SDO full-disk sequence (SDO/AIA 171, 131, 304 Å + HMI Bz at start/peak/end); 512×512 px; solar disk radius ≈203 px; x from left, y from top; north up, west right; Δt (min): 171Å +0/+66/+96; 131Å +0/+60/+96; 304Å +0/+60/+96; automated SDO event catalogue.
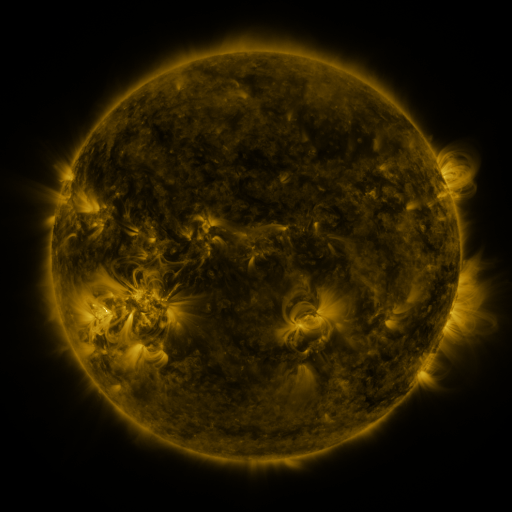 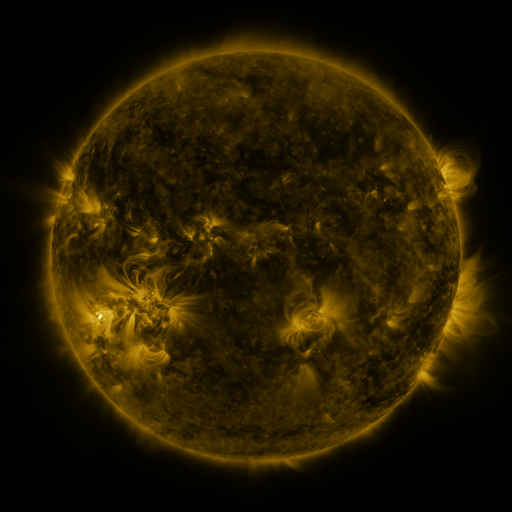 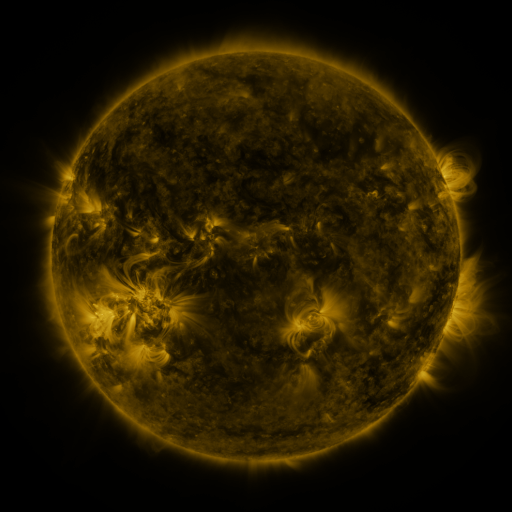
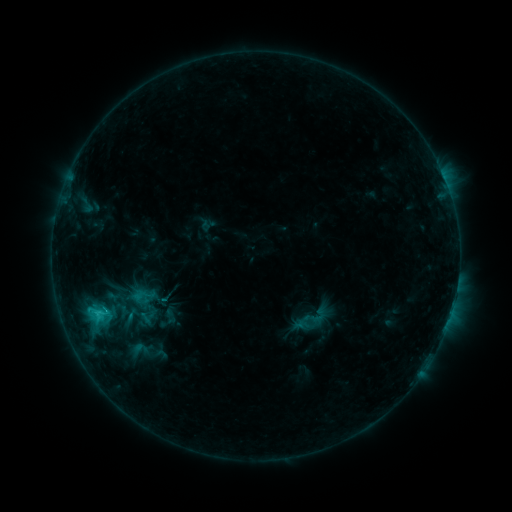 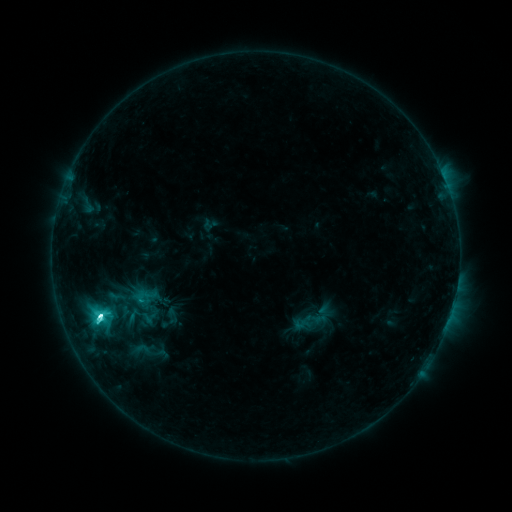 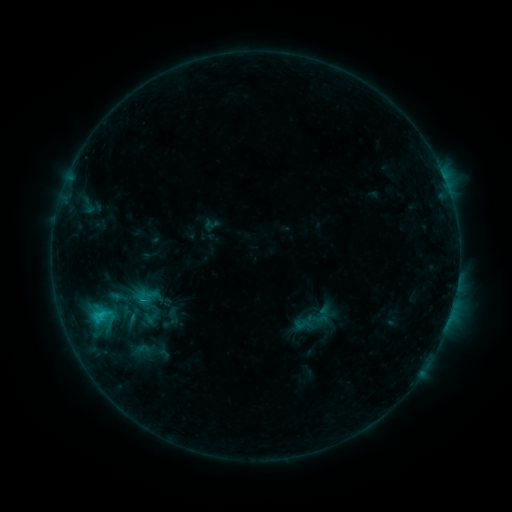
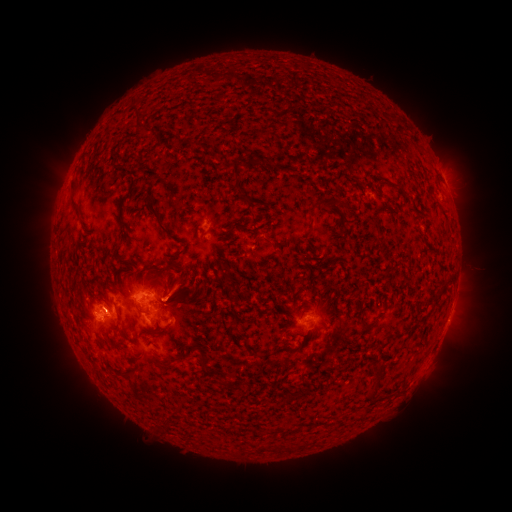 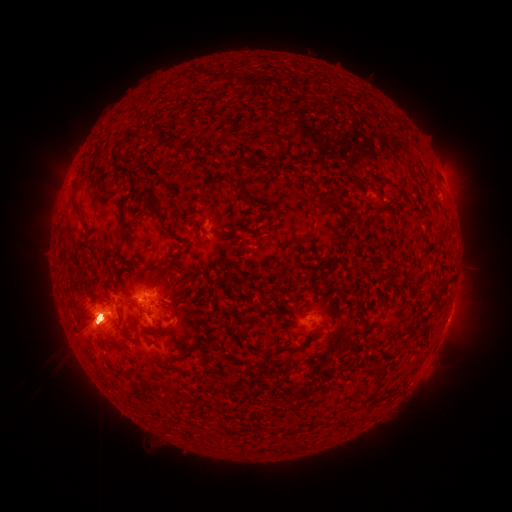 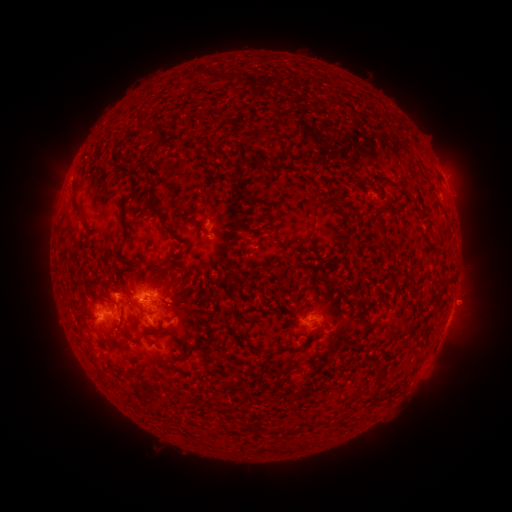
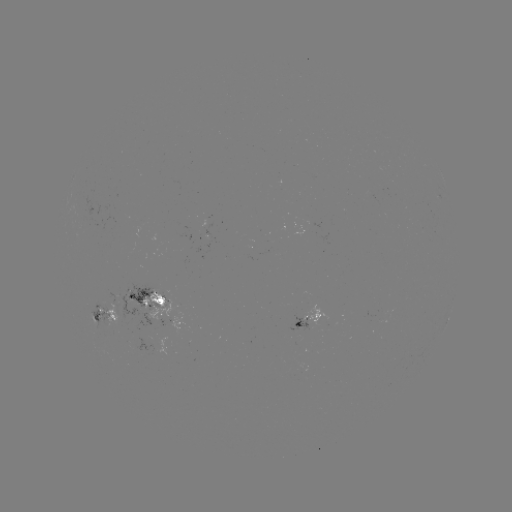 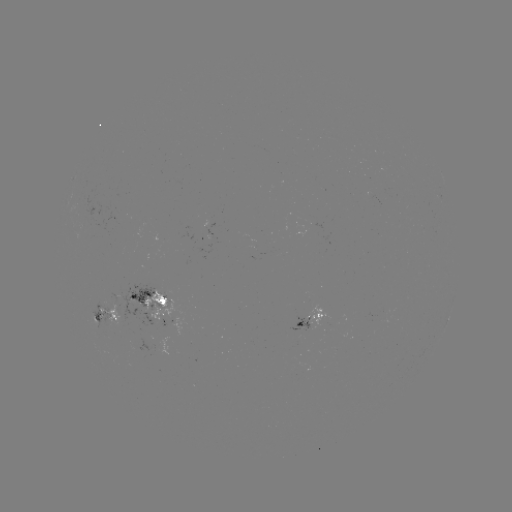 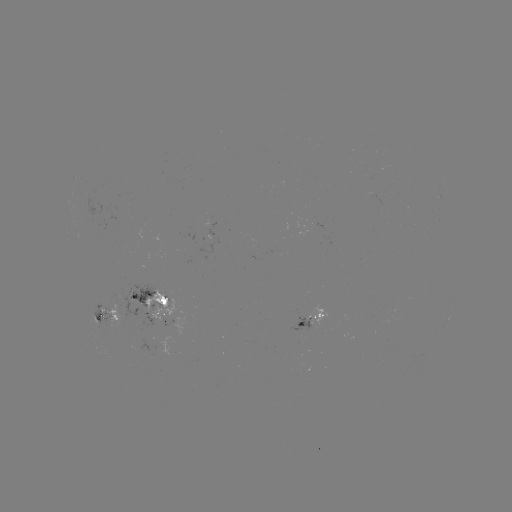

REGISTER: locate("emerging-flux region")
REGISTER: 133,343